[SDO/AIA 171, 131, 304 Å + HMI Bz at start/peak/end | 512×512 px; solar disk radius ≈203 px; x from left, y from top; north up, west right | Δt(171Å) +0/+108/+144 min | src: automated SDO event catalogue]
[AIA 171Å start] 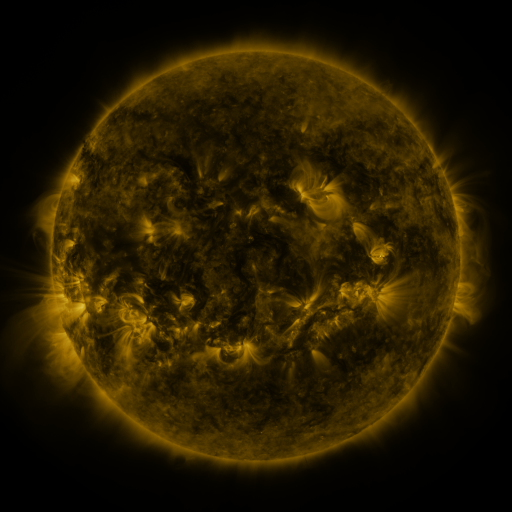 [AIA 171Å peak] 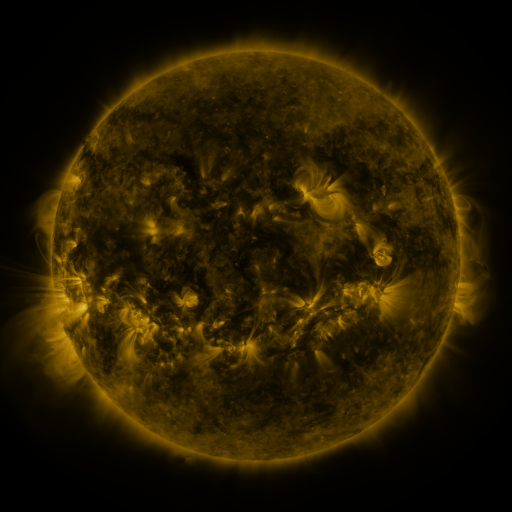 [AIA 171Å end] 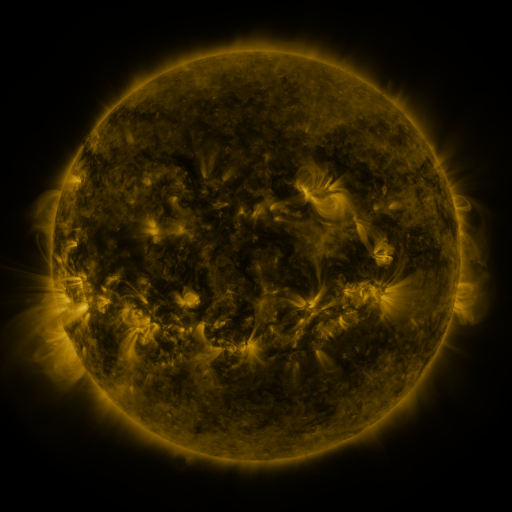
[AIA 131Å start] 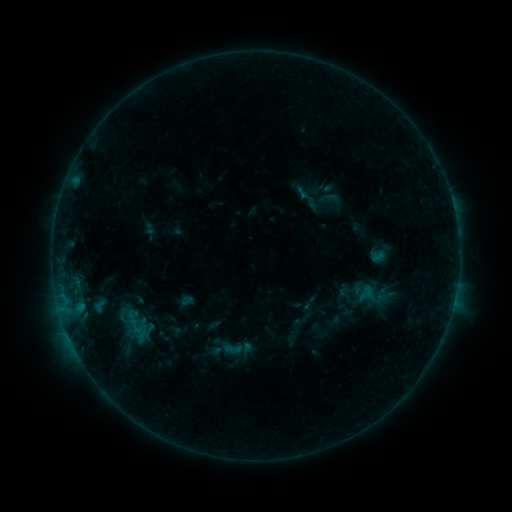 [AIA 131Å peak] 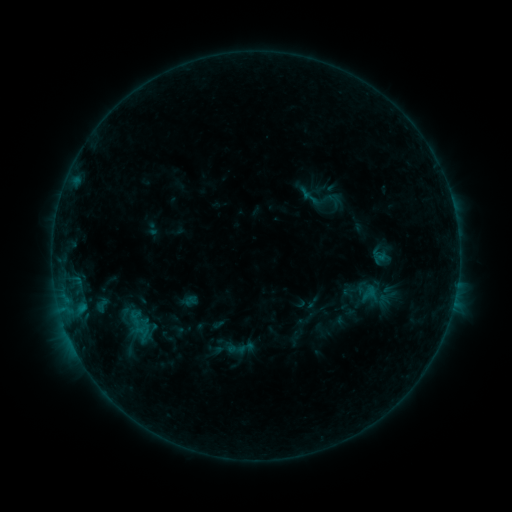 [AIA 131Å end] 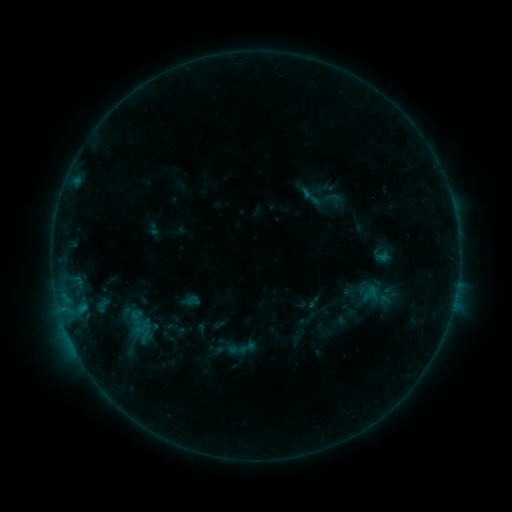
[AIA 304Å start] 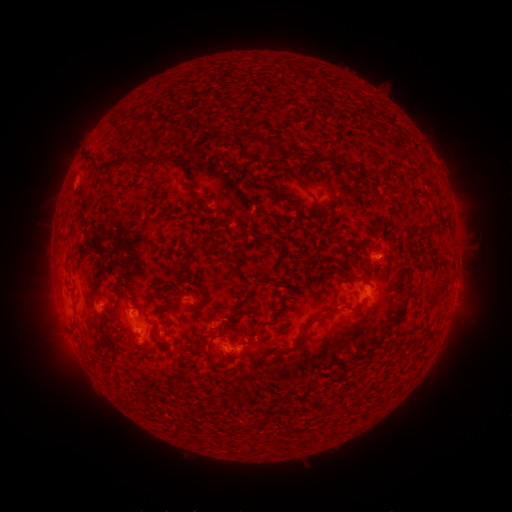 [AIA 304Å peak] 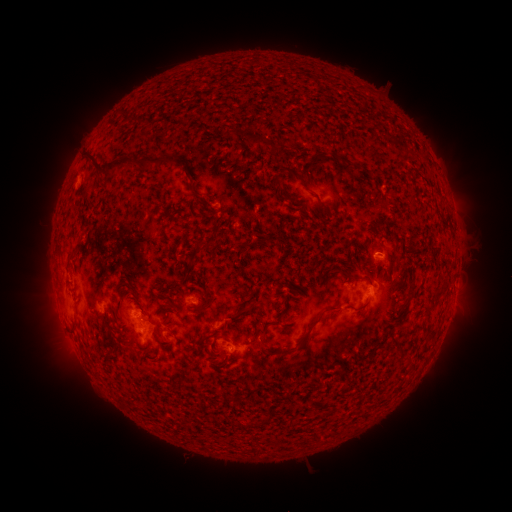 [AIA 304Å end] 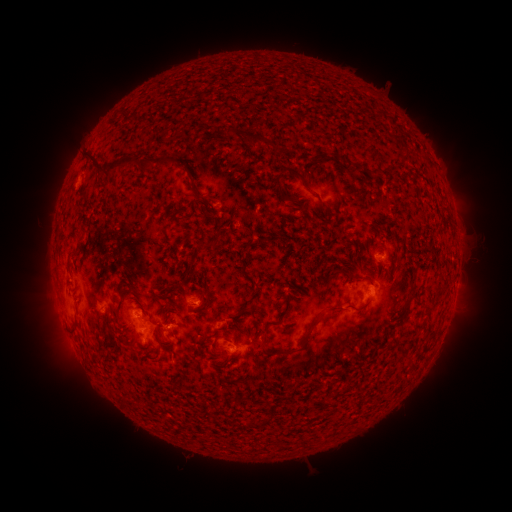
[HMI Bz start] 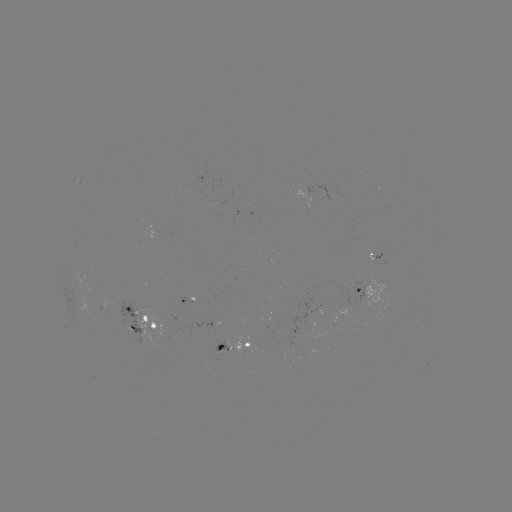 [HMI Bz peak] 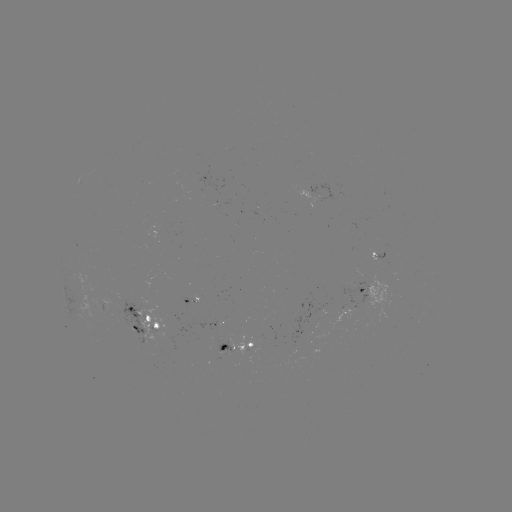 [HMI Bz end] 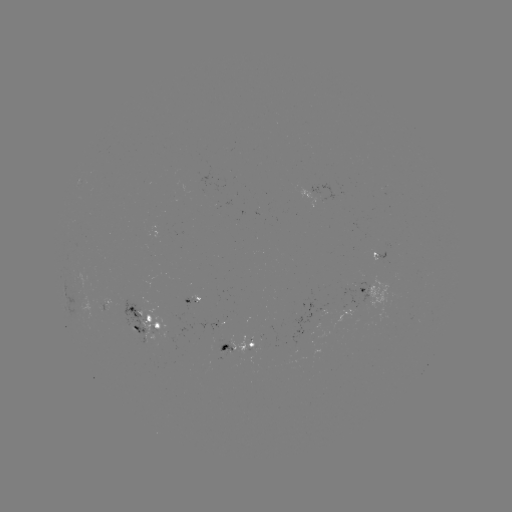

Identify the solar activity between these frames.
emerging-flux region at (227, 341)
